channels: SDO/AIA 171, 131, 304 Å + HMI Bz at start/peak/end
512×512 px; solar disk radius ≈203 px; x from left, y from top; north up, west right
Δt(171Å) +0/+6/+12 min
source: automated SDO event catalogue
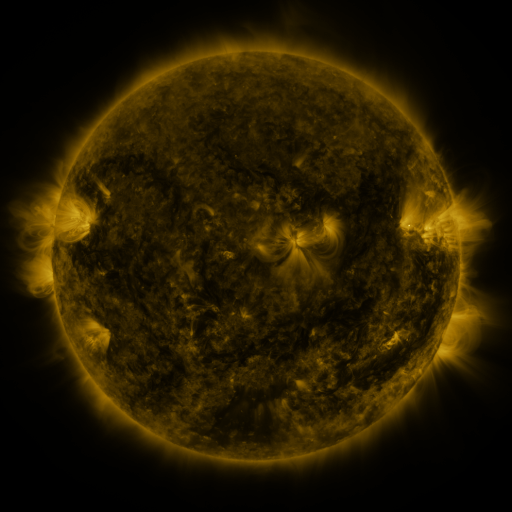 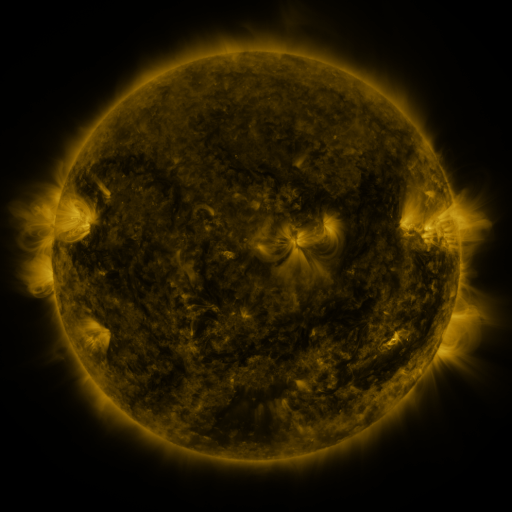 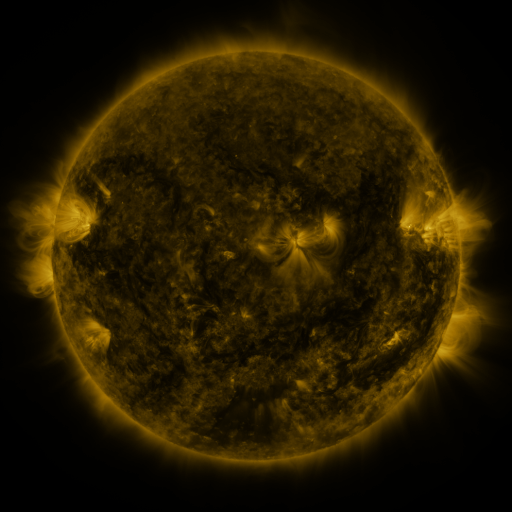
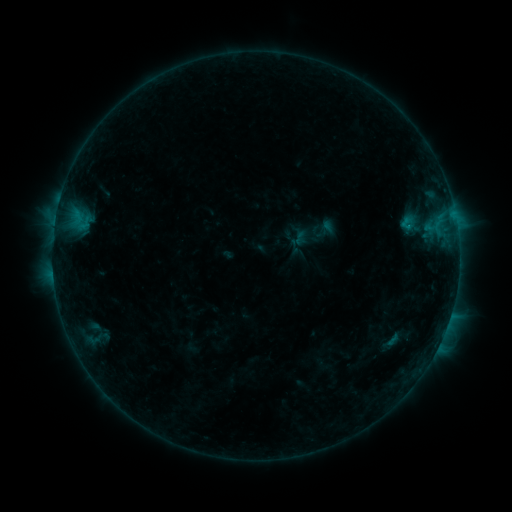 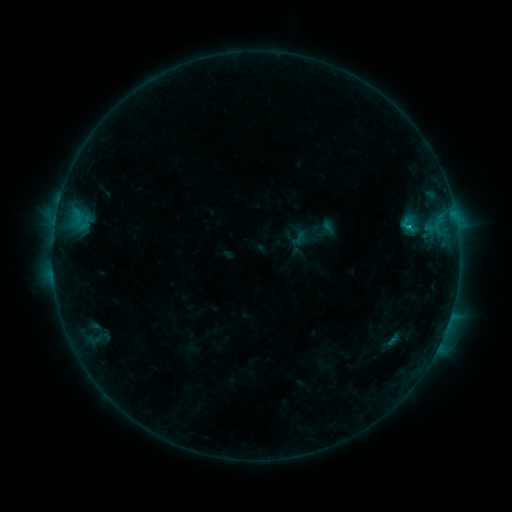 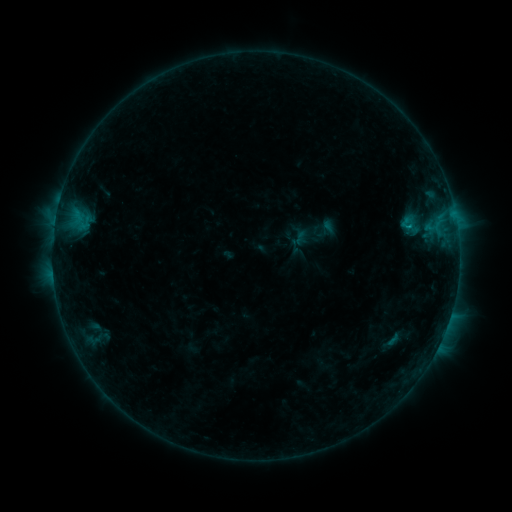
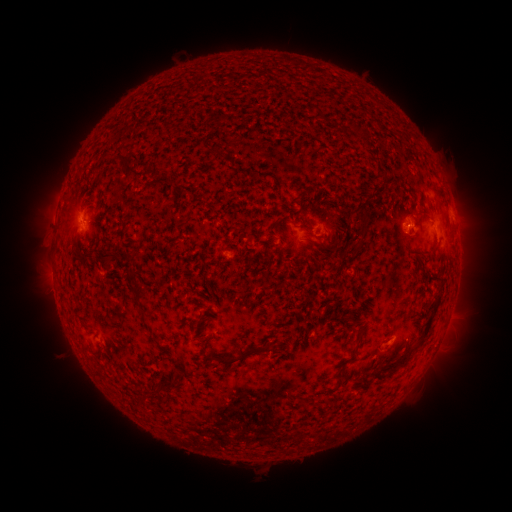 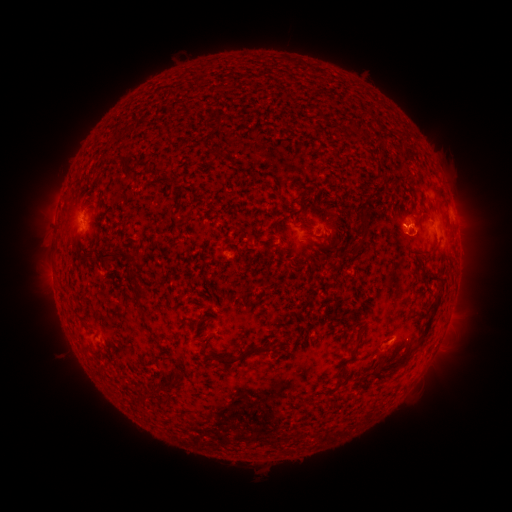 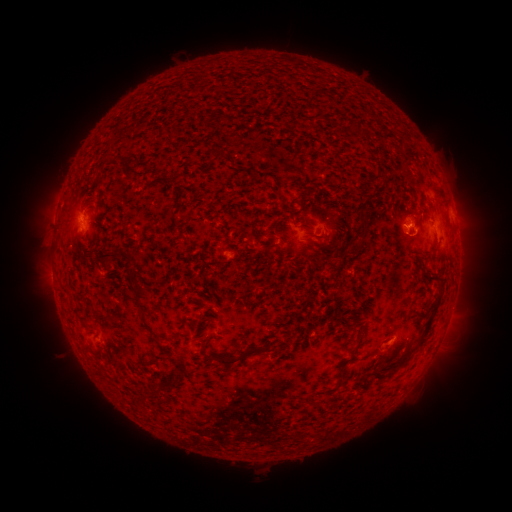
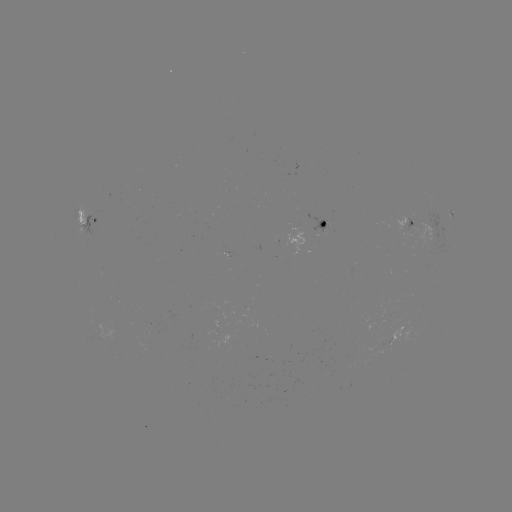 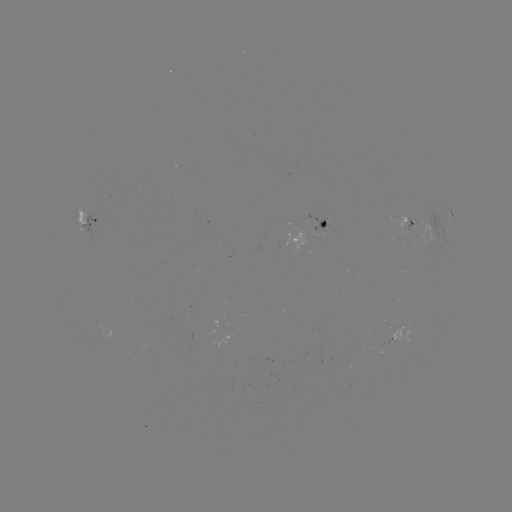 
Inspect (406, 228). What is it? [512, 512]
B6.9 flare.